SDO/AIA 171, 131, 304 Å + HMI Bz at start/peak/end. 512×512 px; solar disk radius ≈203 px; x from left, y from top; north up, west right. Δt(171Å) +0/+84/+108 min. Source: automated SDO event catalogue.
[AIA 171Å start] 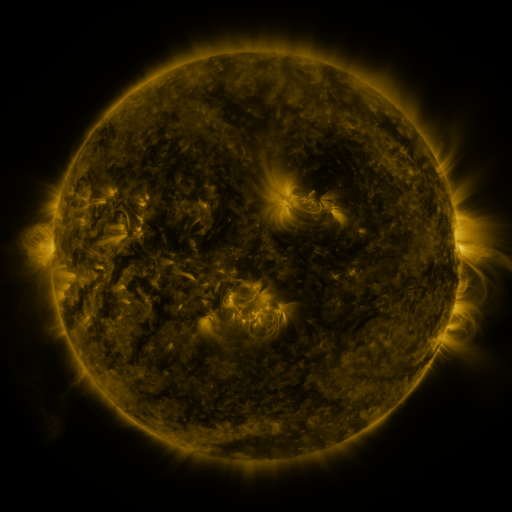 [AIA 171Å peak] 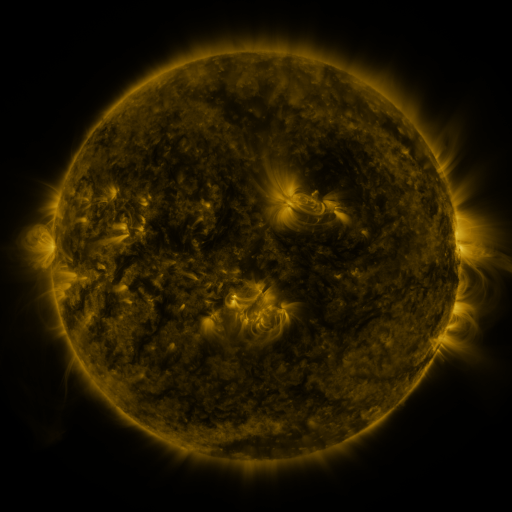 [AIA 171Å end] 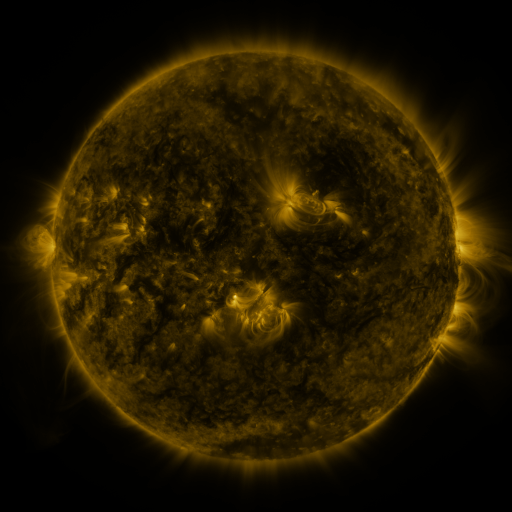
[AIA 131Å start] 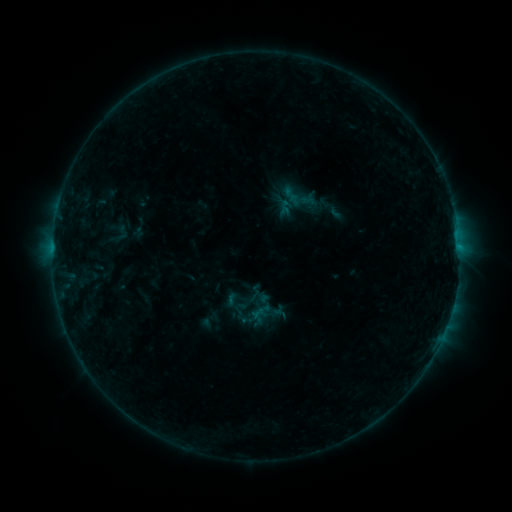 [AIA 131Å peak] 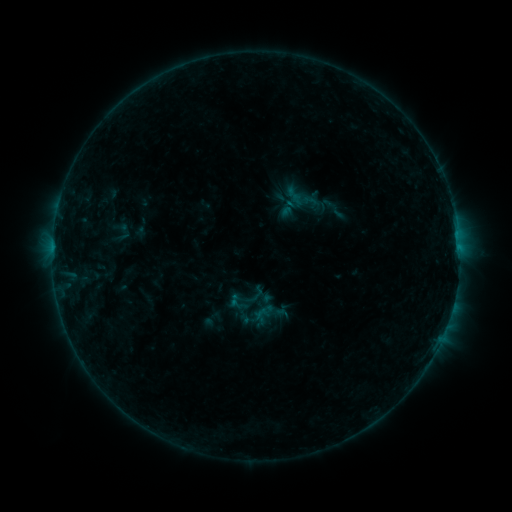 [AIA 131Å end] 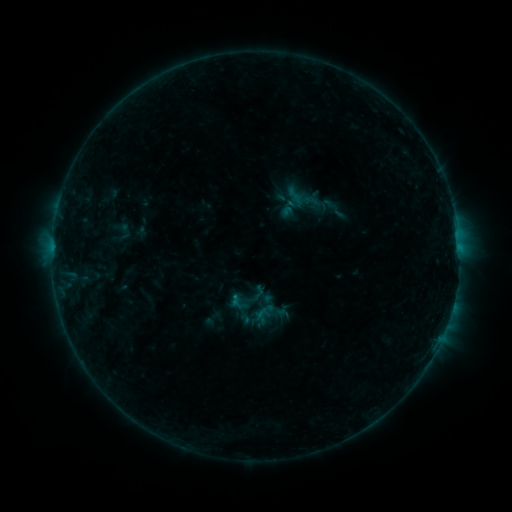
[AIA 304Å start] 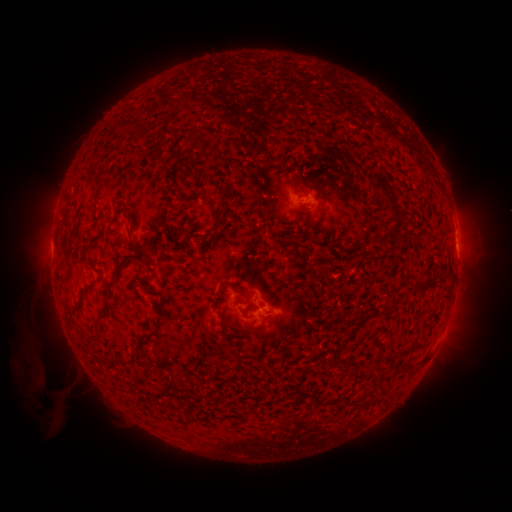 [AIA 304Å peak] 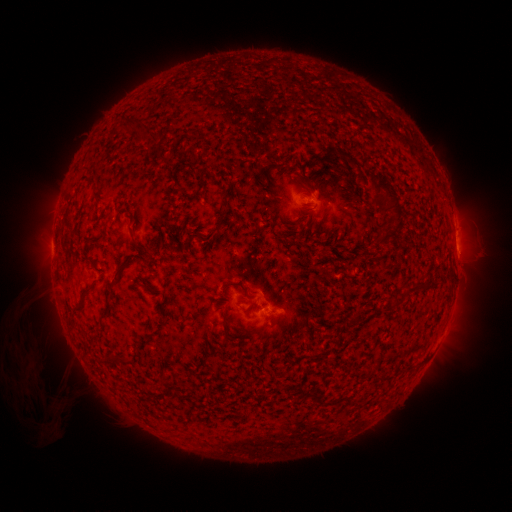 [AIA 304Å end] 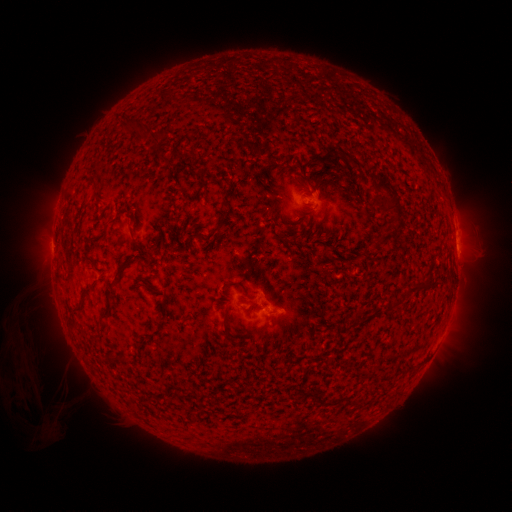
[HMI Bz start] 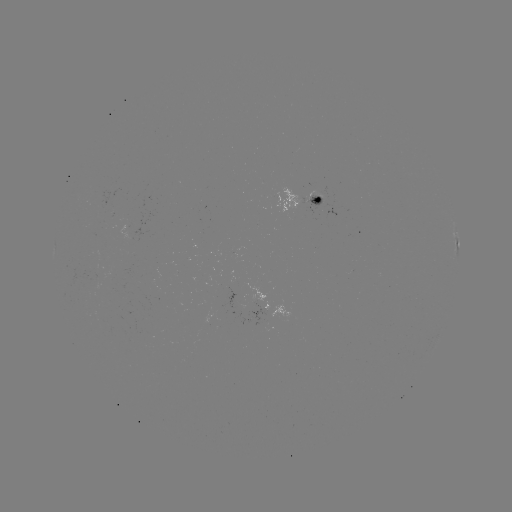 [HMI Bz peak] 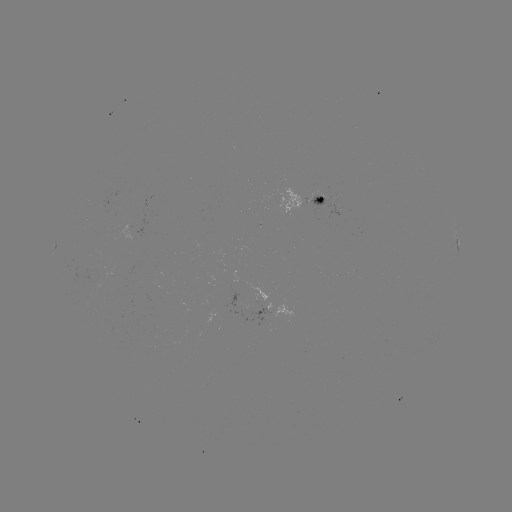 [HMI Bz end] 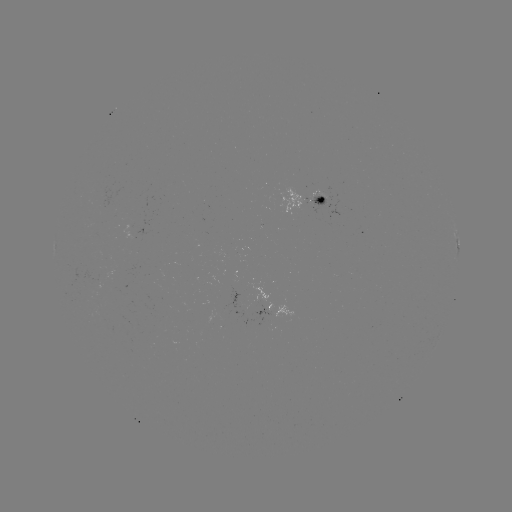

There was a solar emerging-flux region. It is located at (250, 300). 